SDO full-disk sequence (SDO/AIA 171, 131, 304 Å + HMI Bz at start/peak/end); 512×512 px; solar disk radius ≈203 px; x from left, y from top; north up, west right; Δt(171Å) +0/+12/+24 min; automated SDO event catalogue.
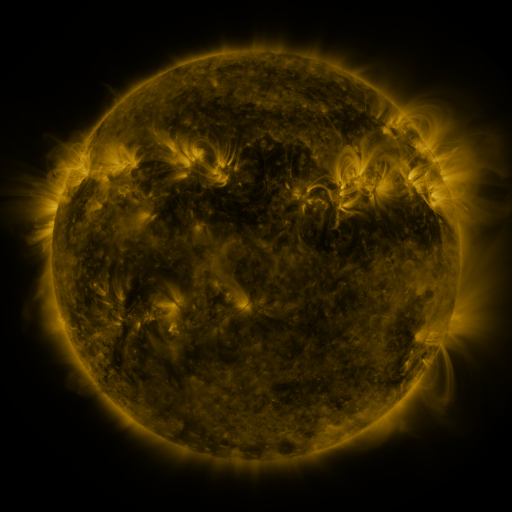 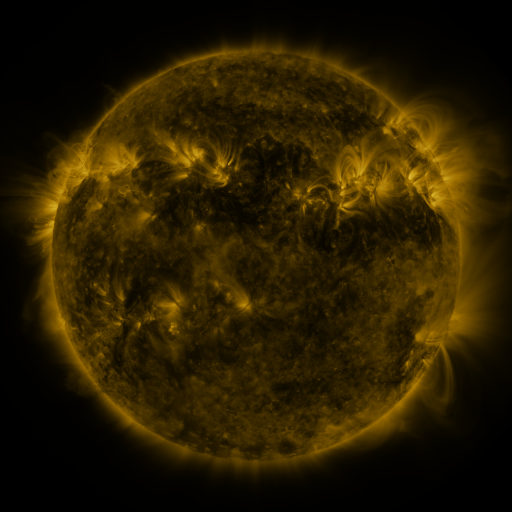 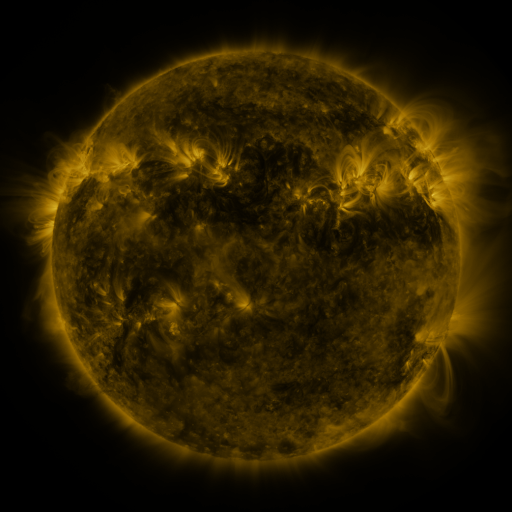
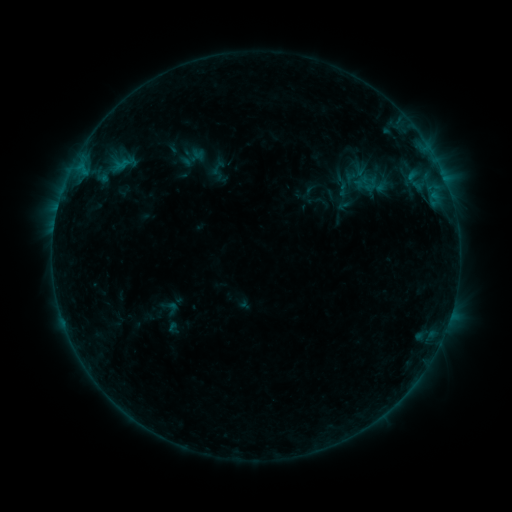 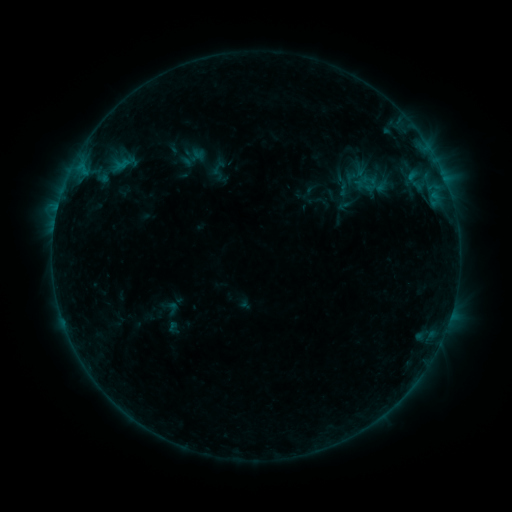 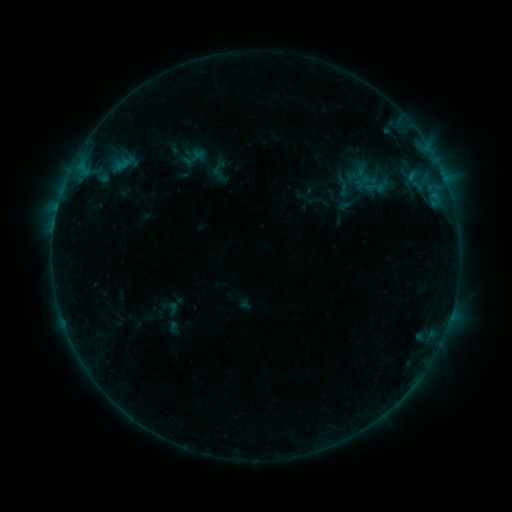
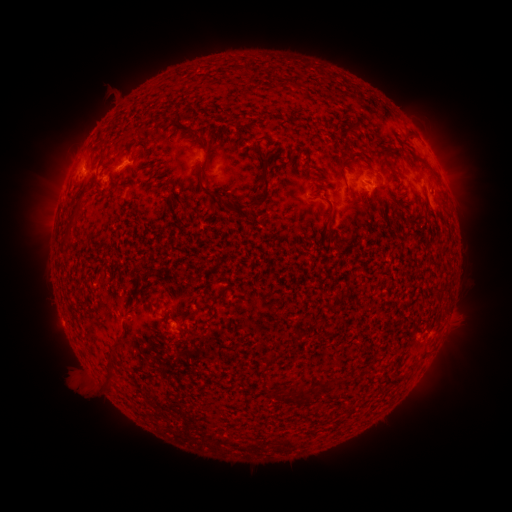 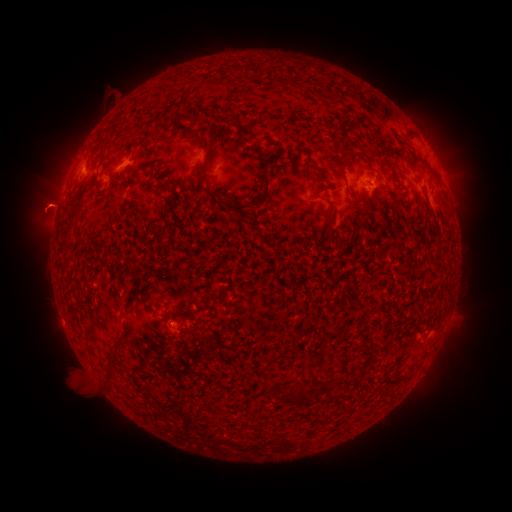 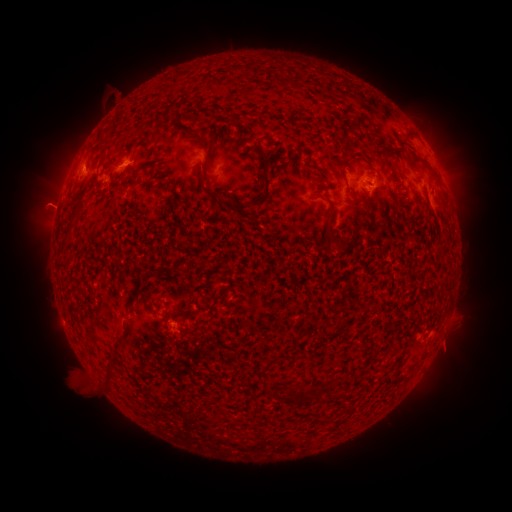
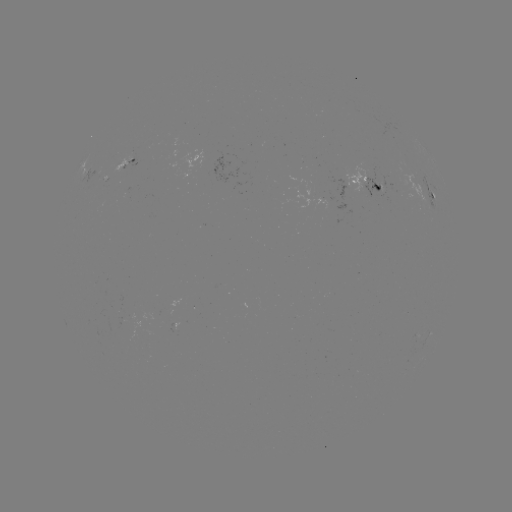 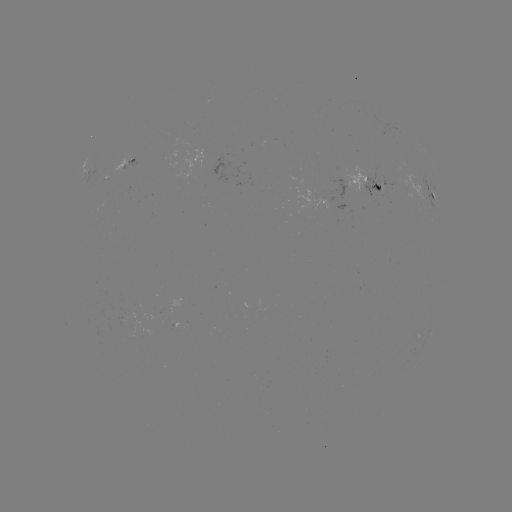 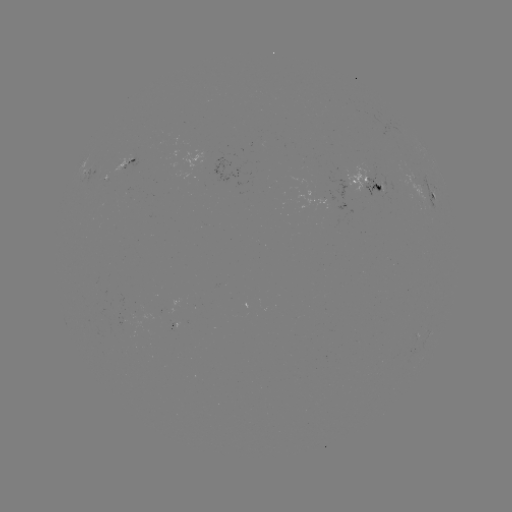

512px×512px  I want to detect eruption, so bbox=[0, 144, 100, 246].